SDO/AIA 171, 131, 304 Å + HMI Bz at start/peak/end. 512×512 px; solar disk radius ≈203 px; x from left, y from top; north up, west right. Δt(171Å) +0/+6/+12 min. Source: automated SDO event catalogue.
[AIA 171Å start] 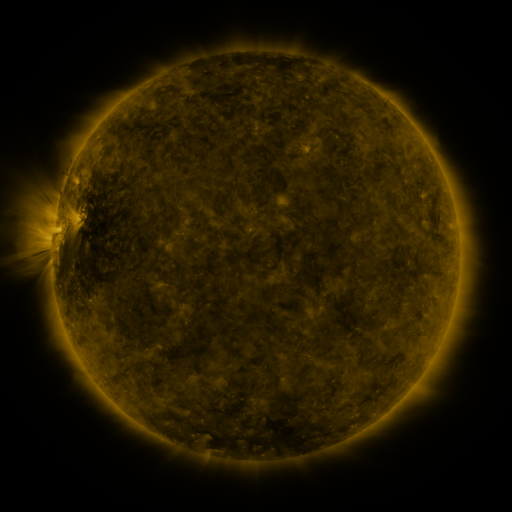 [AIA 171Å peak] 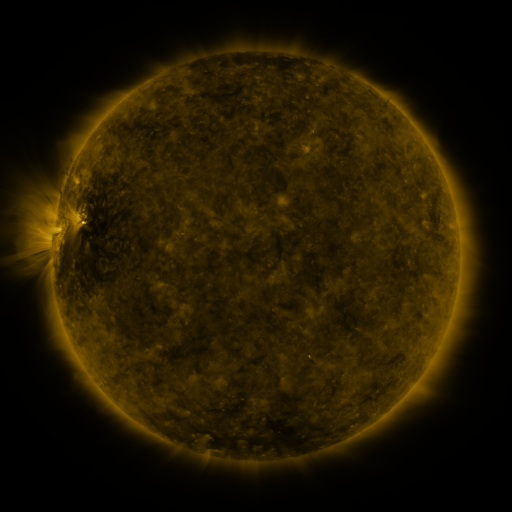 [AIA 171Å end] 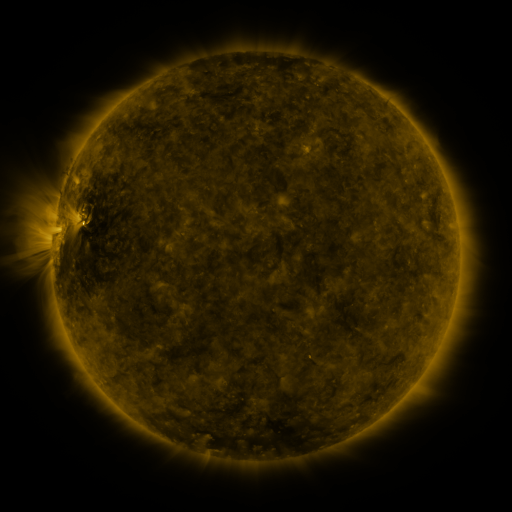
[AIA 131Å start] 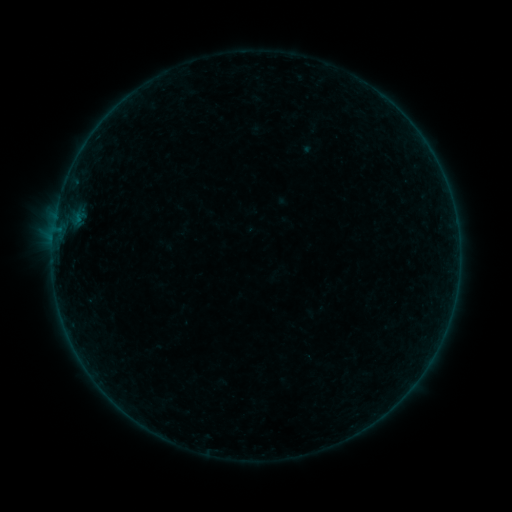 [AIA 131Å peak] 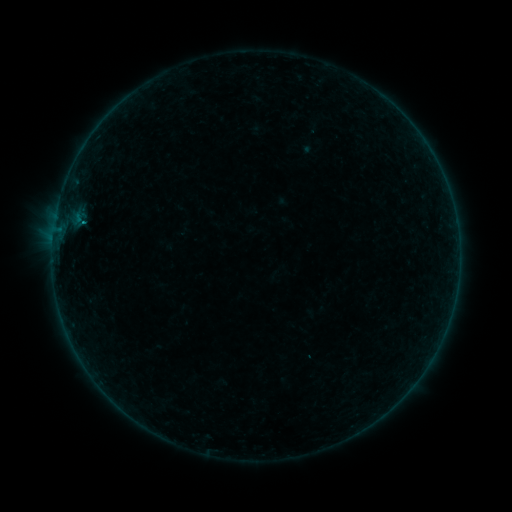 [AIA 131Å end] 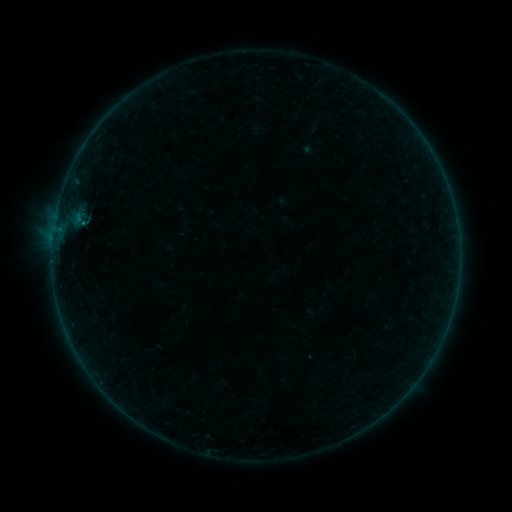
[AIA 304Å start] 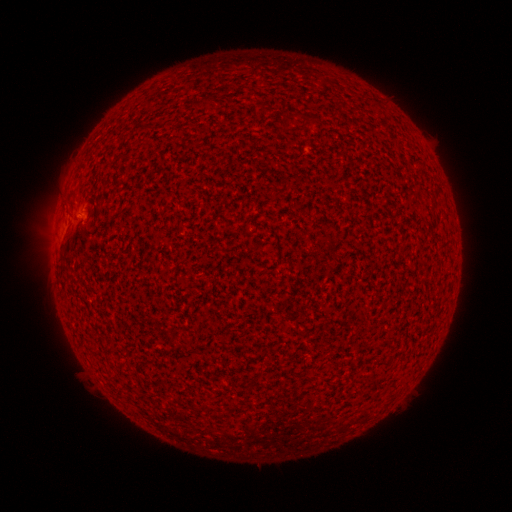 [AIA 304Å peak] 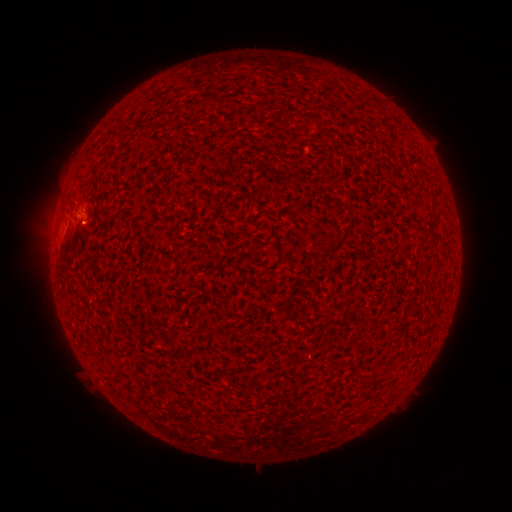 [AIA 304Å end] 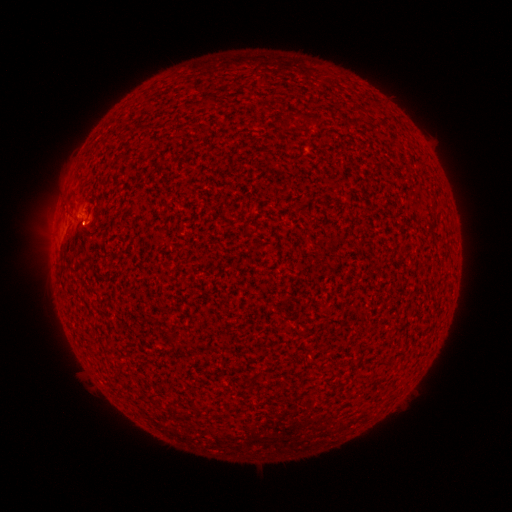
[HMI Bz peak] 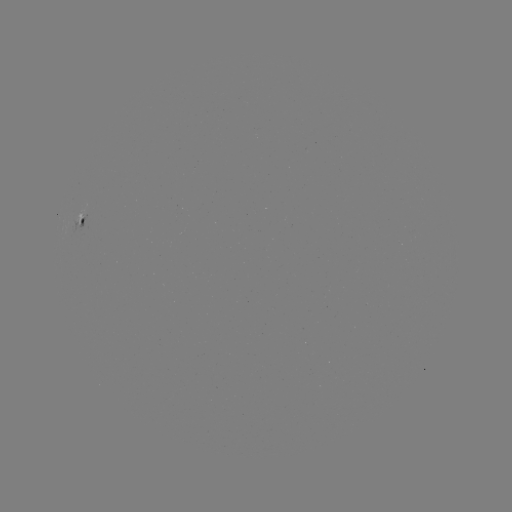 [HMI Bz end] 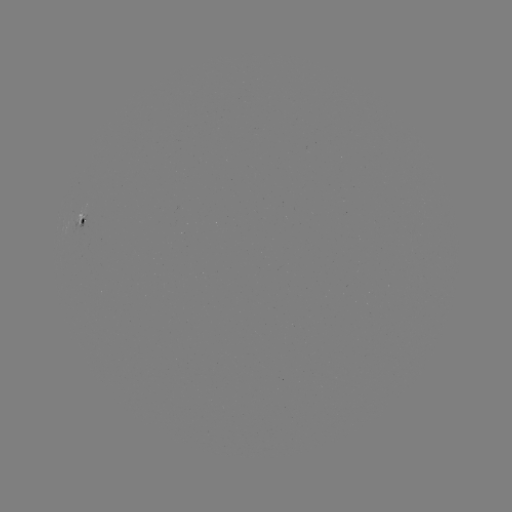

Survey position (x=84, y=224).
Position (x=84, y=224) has B1.6 flare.